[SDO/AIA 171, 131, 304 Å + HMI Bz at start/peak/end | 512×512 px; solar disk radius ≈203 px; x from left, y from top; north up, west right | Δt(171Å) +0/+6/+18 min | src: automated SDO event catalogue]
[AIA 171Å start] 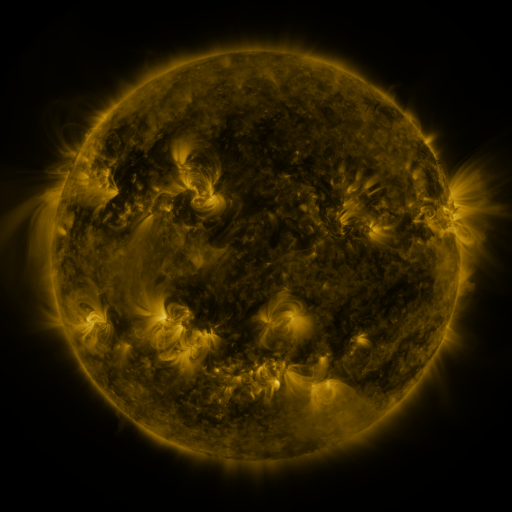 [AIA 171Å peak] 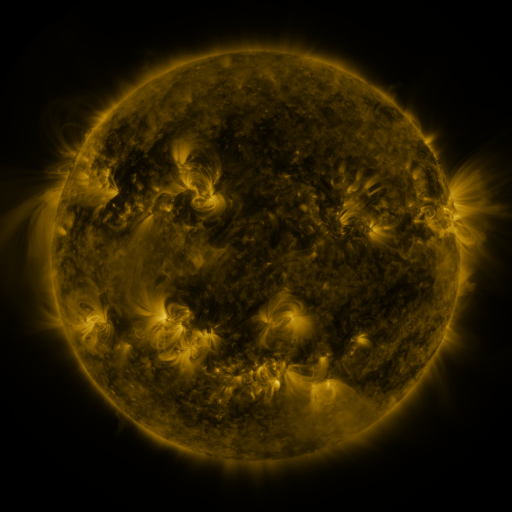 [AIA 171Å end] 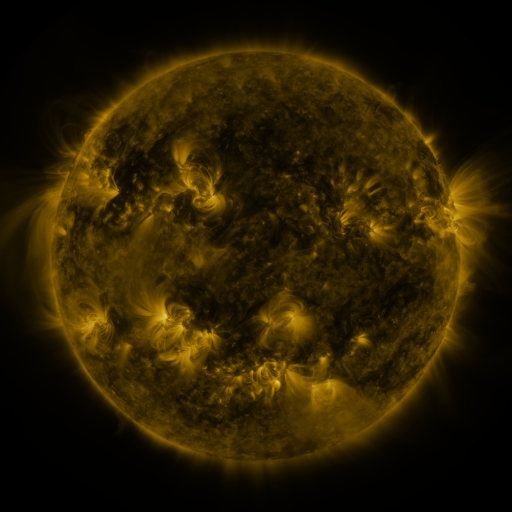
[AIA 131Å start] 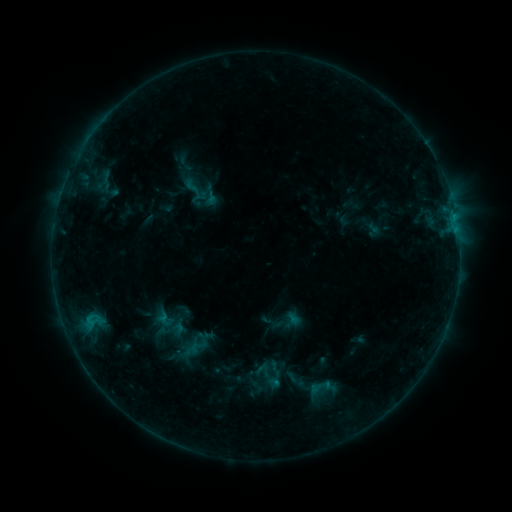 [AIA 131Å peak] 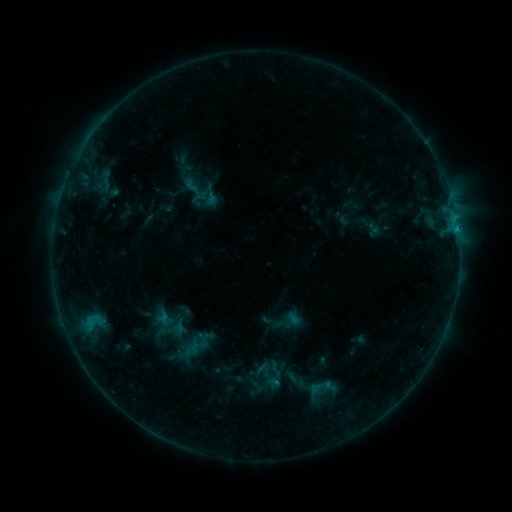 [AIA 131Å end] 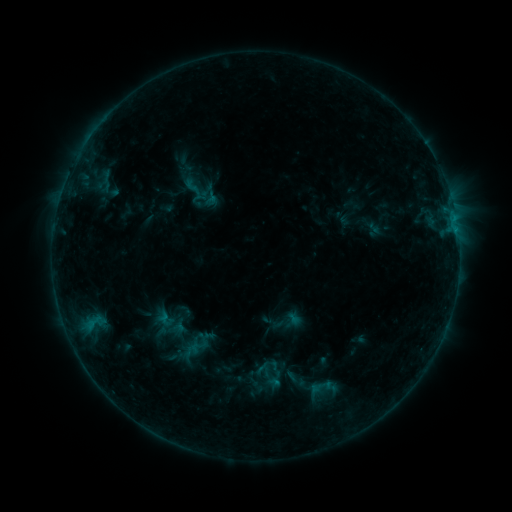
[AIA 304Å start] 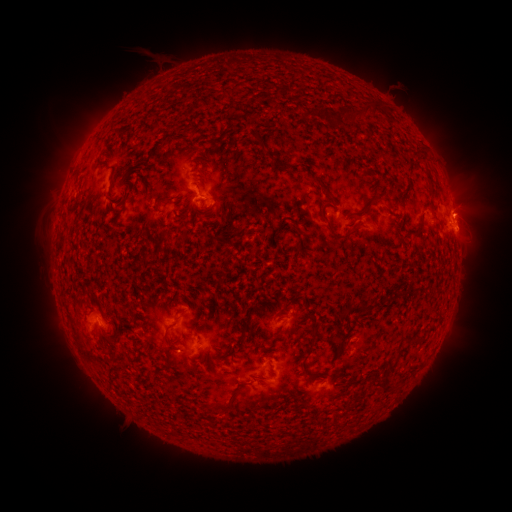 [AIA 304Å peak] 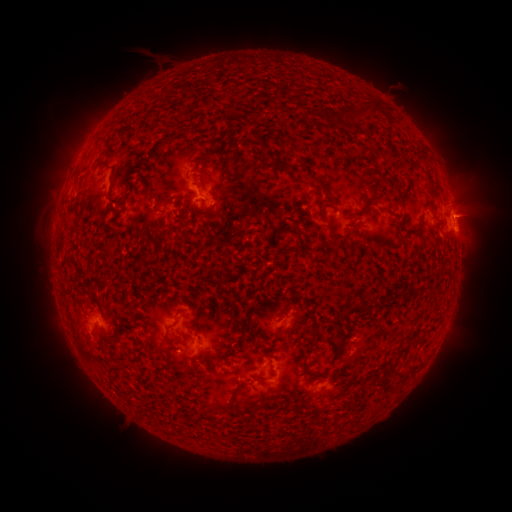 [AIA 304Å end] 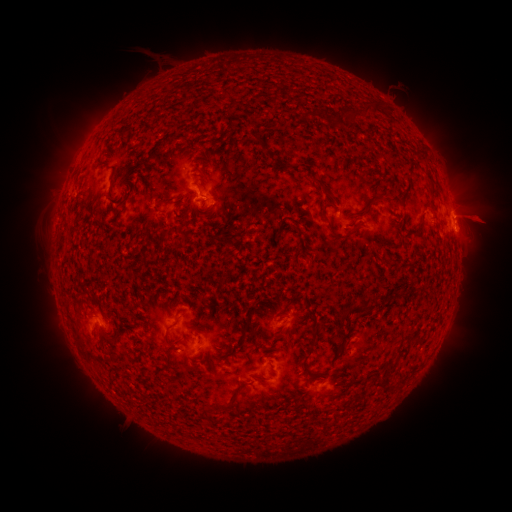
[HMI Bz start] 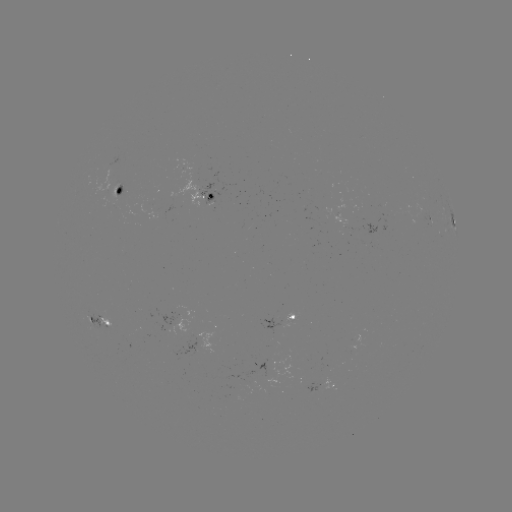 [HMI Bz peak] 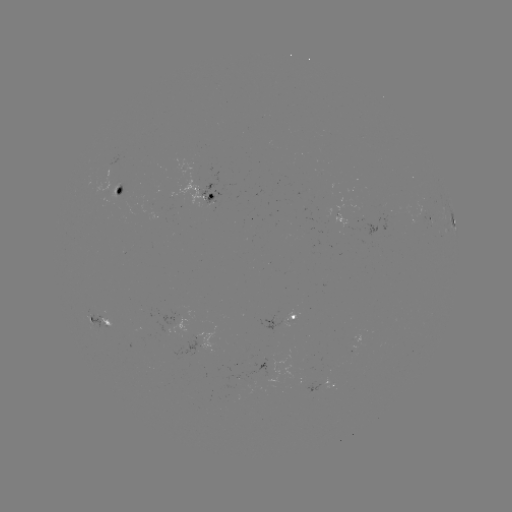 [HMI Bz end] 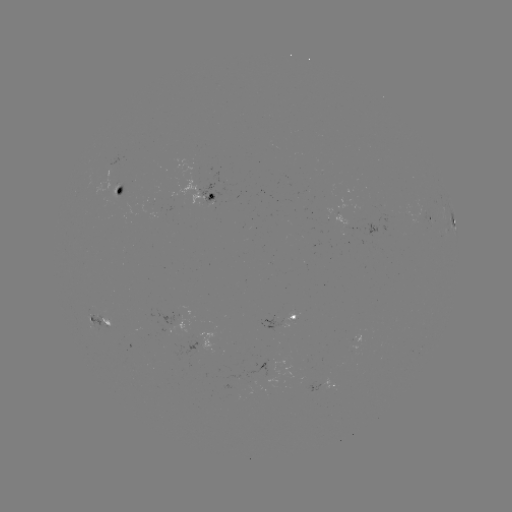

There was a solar eruption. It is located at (472, 210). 